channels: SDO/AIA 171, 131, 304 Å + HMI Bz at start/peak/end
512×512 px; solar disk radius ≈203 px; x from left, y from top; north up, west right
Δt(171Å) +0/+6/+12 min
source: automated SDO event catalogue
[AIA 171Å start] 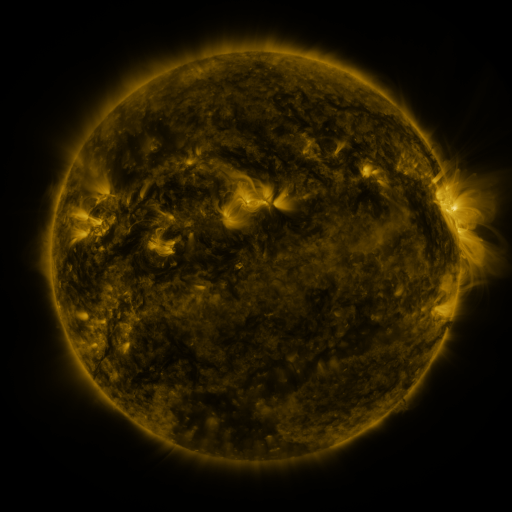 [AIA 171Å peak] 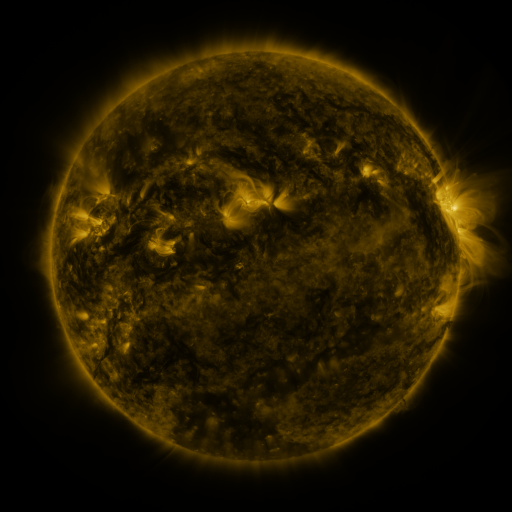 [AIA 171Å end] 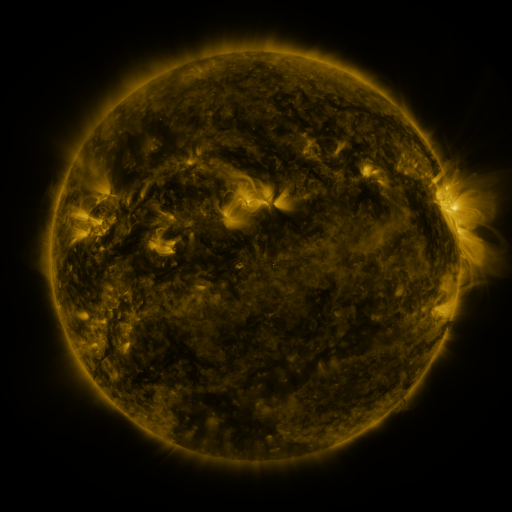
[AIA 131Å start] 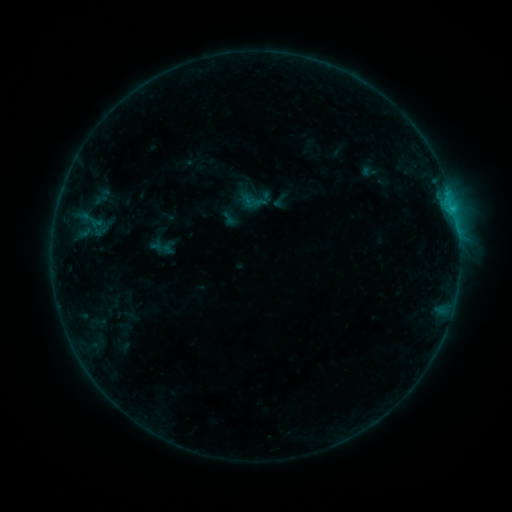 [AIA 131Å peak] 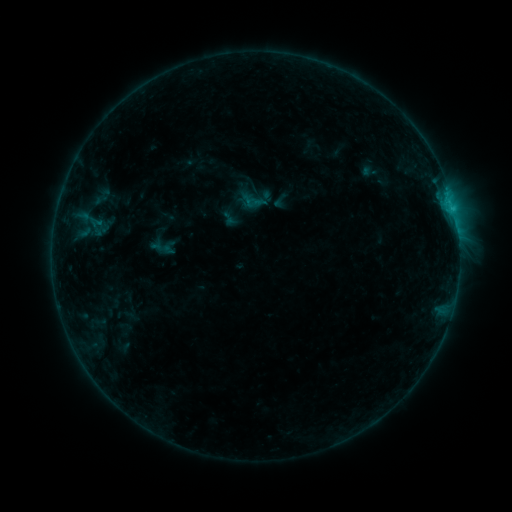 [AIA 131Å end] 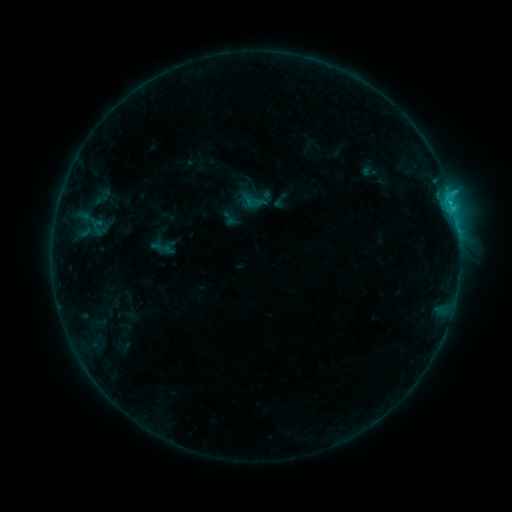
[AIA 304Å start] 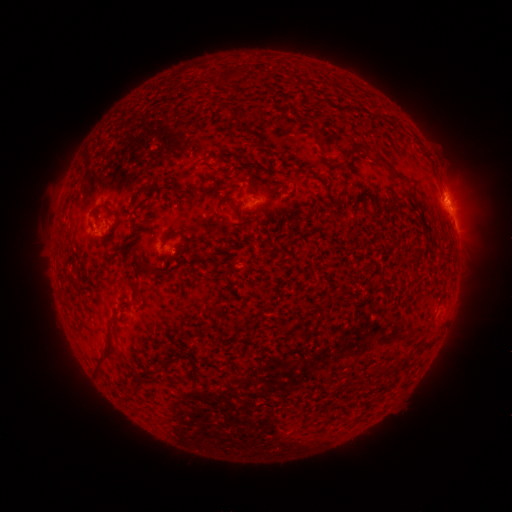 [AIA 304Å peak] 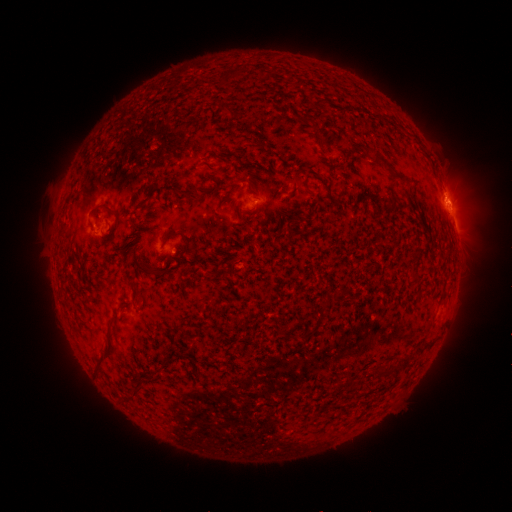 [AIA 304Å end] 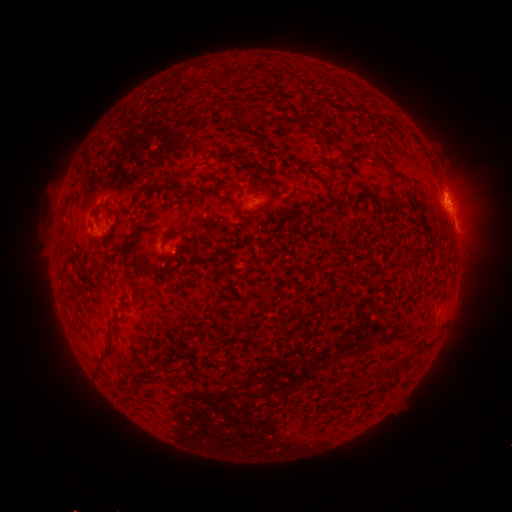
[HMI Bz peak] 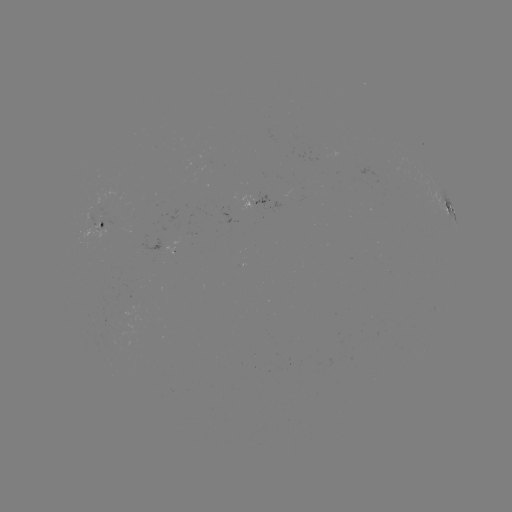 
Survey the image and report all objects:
eruption: (464, 203)
